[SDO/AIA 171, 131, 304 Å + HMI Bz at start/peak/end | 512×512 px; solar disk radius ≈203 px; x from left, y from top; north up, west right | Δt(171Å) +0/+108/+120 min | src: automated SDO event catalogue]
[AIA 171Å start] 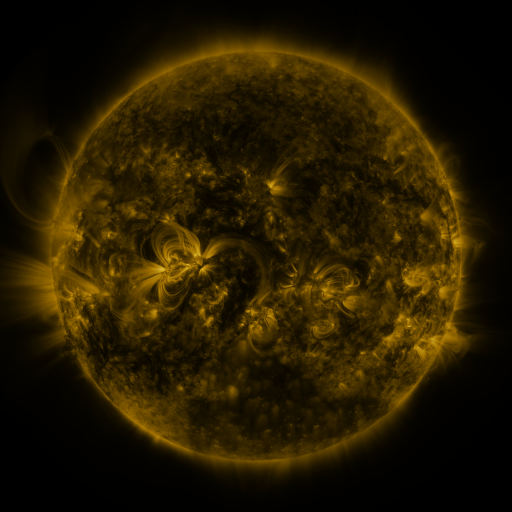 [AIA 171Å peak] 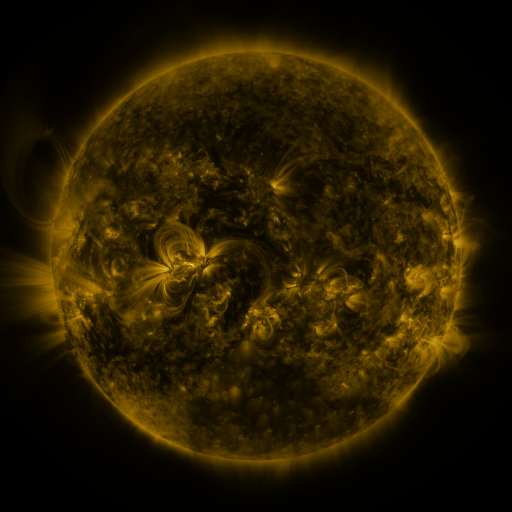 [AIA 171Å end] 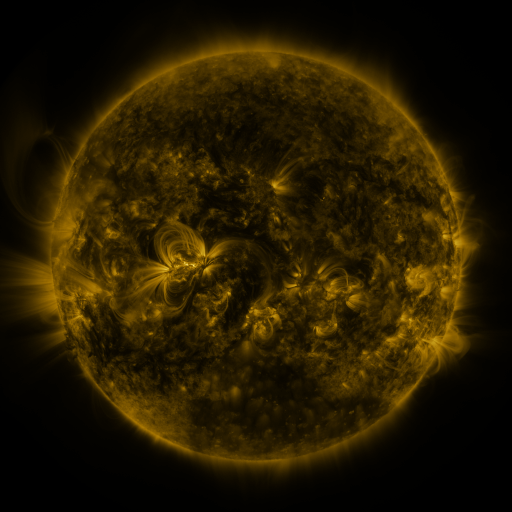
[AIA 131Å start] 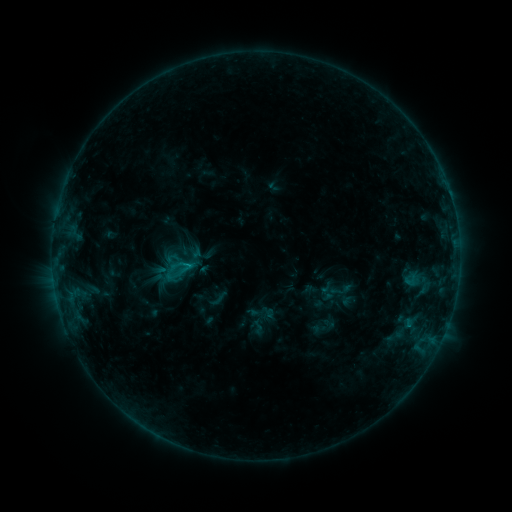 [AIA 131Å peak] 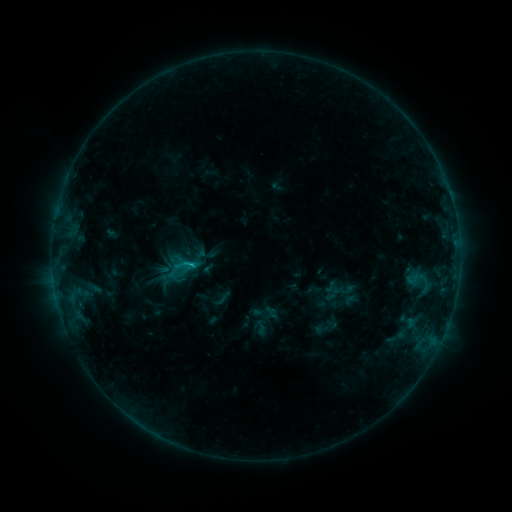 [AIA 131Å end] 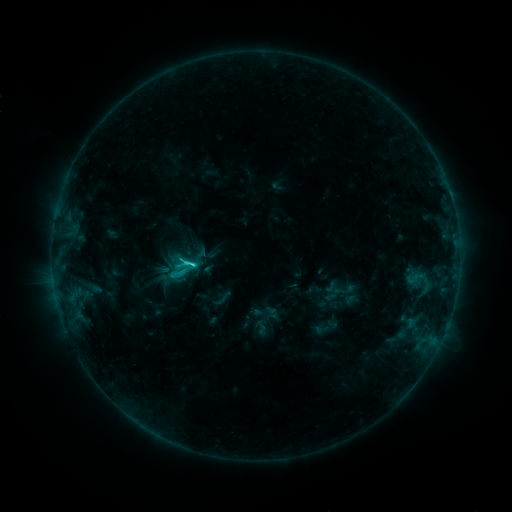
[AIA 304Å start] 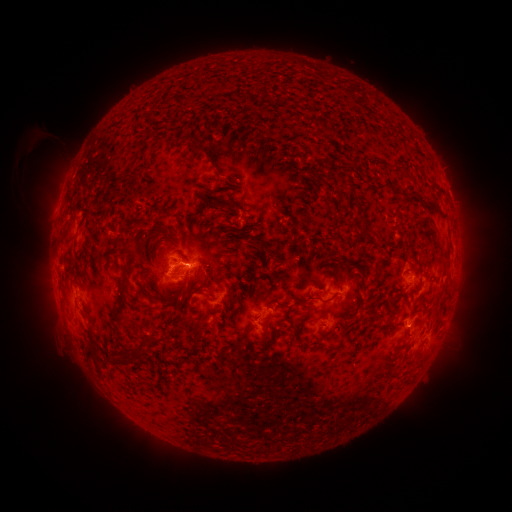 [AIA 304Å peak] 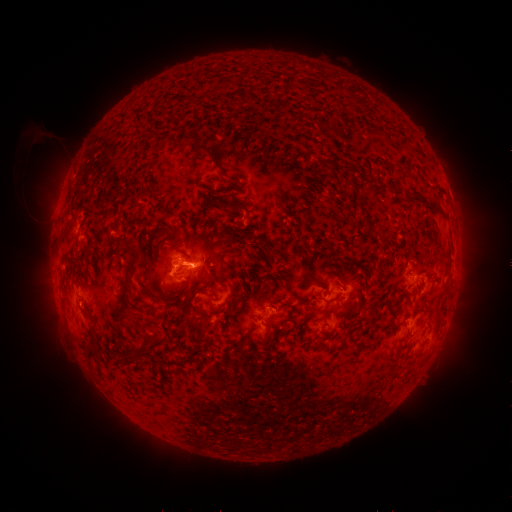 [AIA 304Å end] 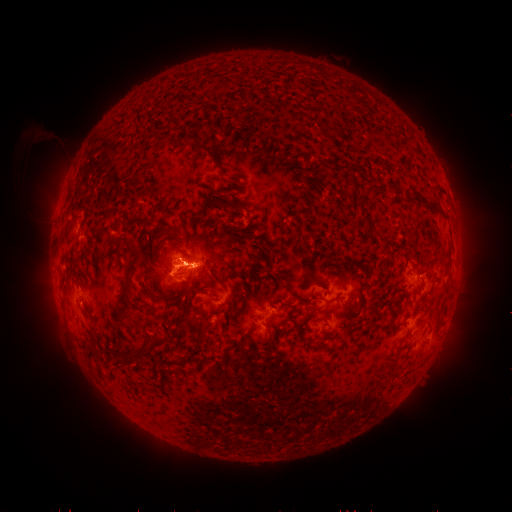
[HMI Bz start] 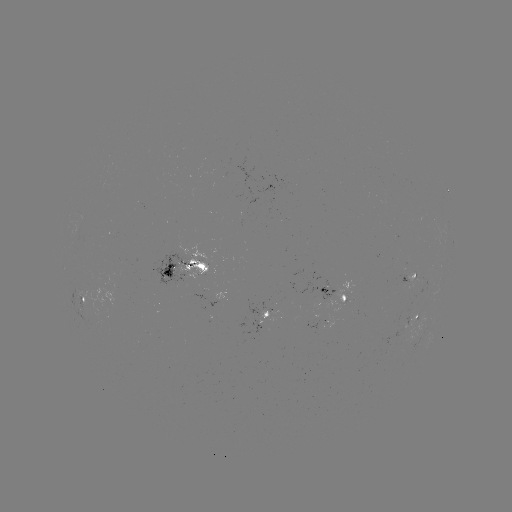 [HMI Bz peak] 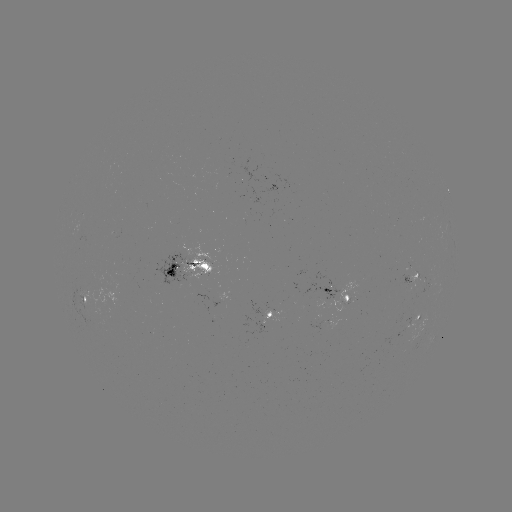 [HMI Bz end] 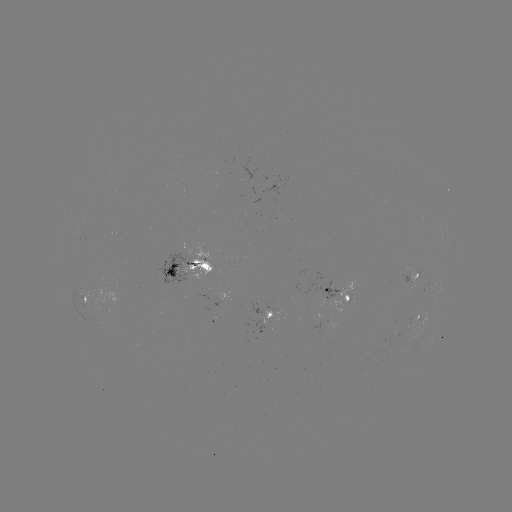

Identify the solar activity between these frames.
emerging-flux region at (251, 196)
